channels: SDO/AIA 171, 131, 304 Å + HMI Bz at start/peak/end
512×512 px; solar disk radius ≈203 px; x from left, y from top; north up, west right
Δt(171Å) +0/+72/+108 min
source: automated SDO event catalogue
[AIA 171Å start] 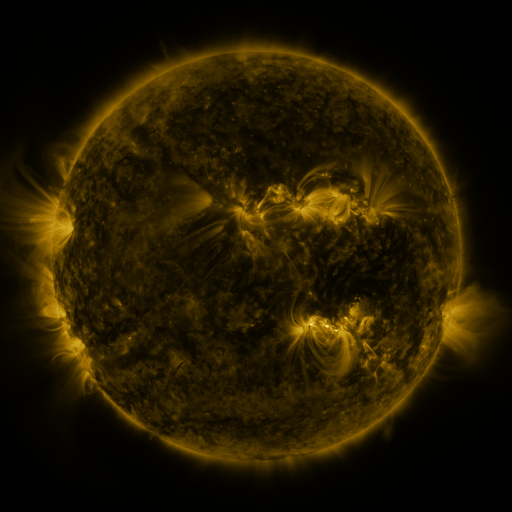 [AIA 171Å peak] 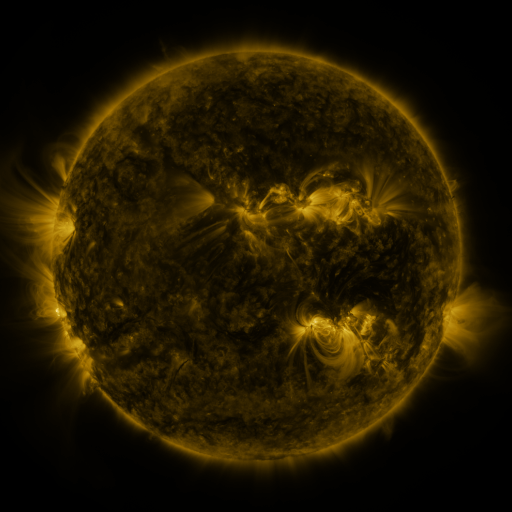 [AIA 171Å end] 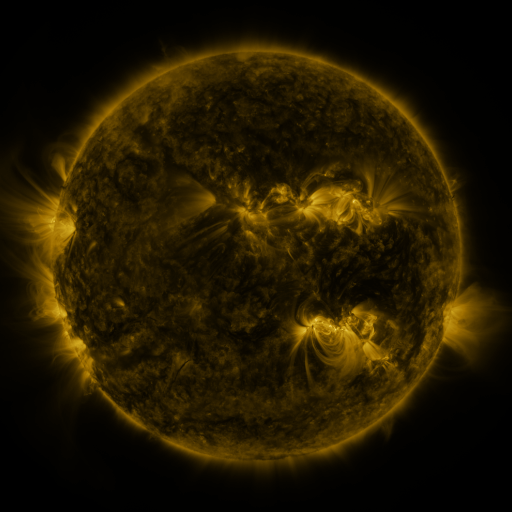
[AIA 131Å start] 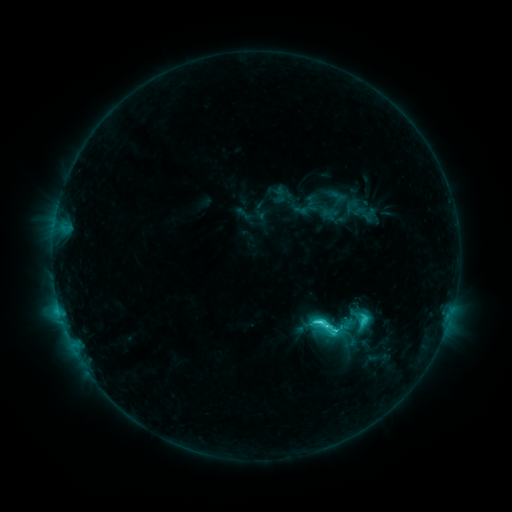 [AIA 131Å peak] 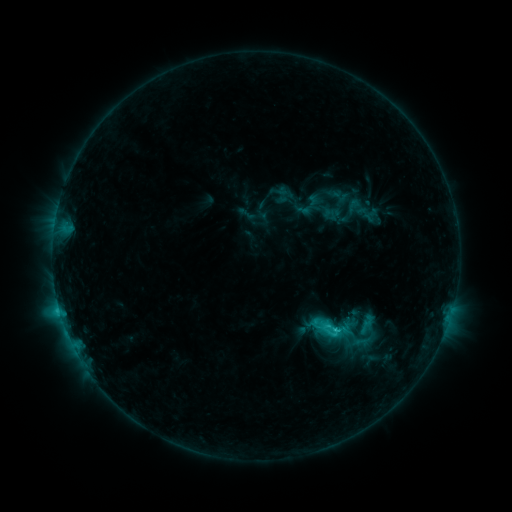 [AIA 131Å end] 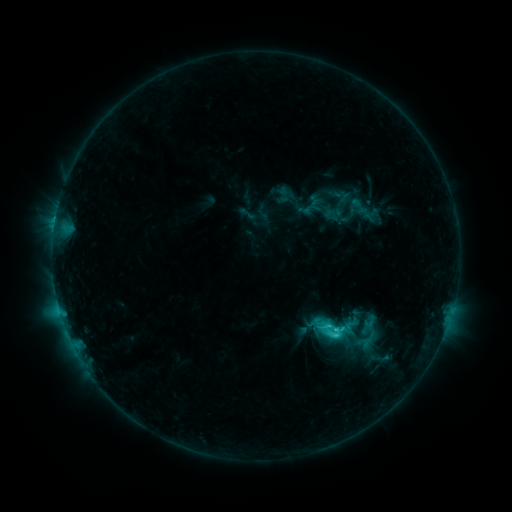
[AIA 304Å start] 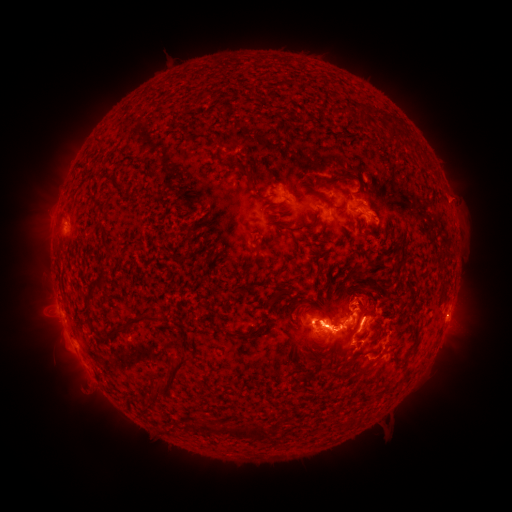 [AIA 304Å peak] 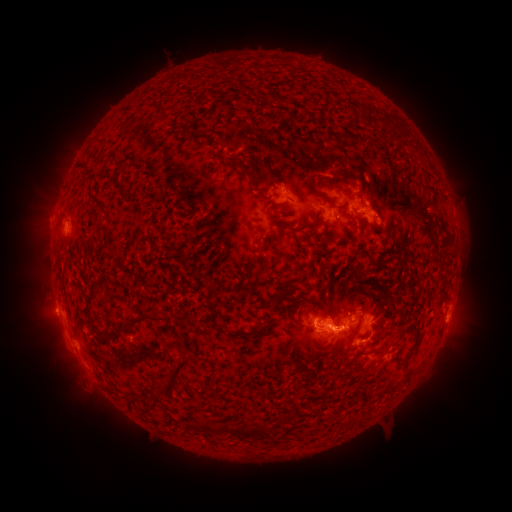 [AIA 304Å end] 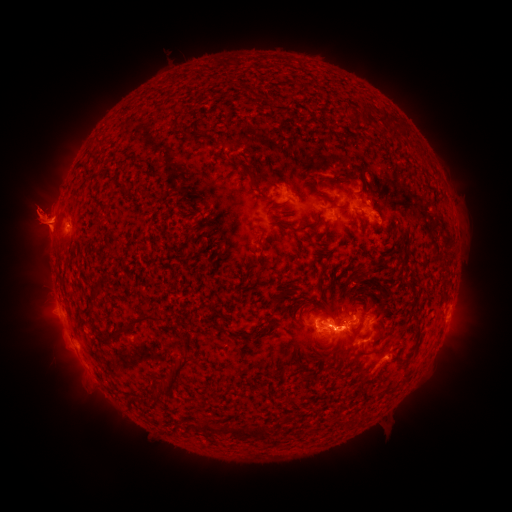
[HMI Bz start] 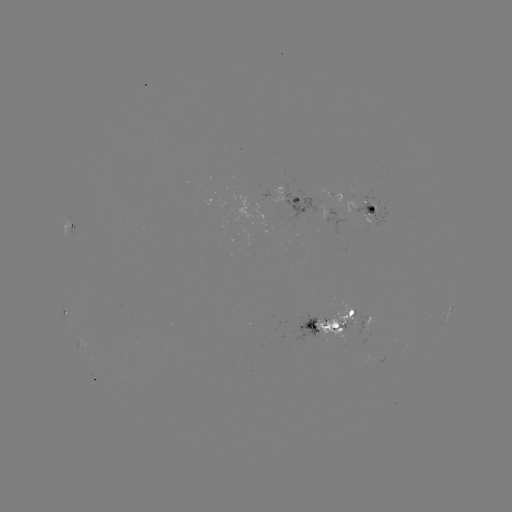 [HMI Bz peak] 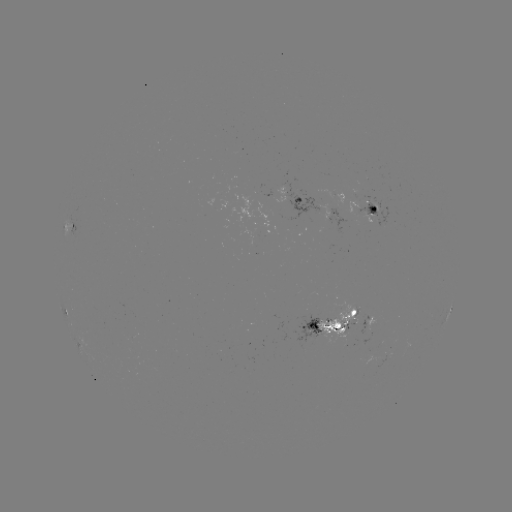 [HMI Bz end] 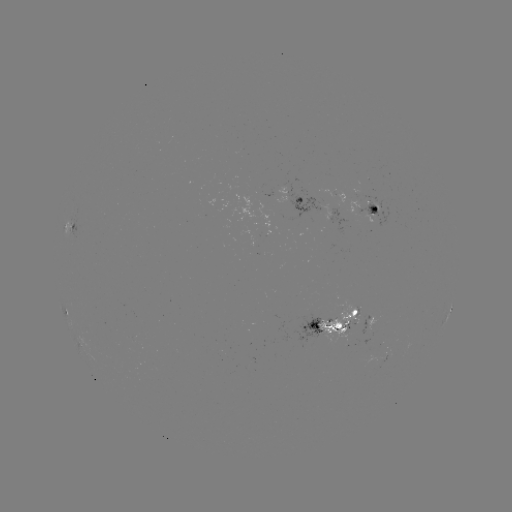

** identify emerging-flux region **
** (368, 210) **